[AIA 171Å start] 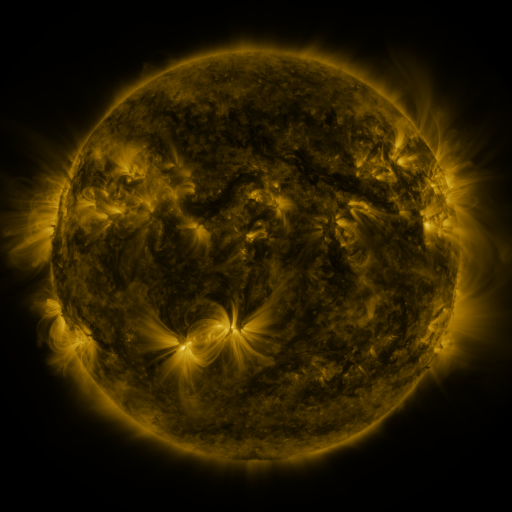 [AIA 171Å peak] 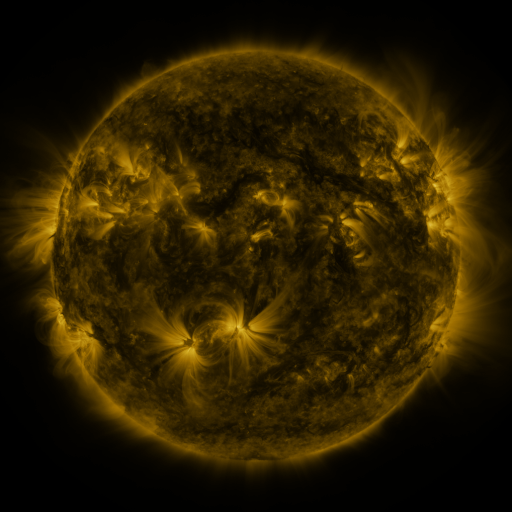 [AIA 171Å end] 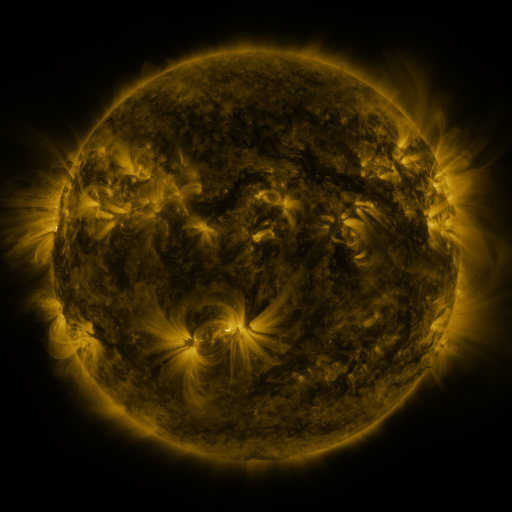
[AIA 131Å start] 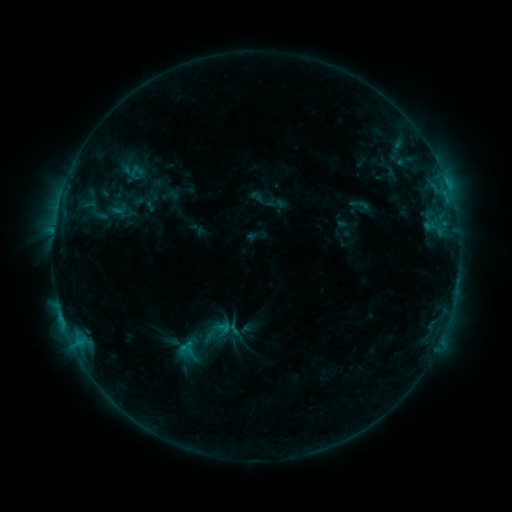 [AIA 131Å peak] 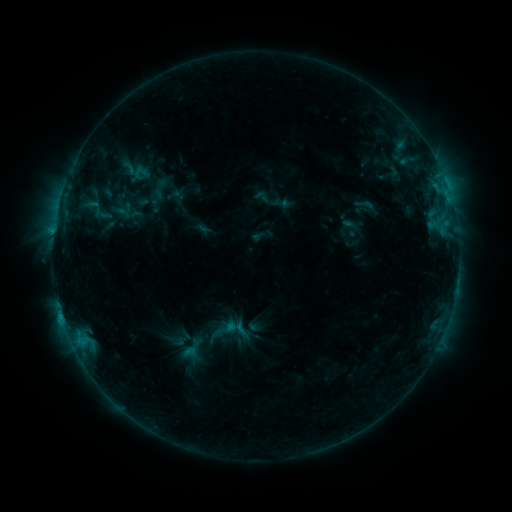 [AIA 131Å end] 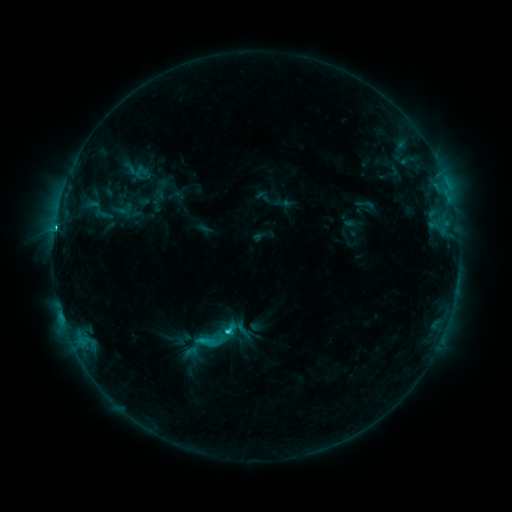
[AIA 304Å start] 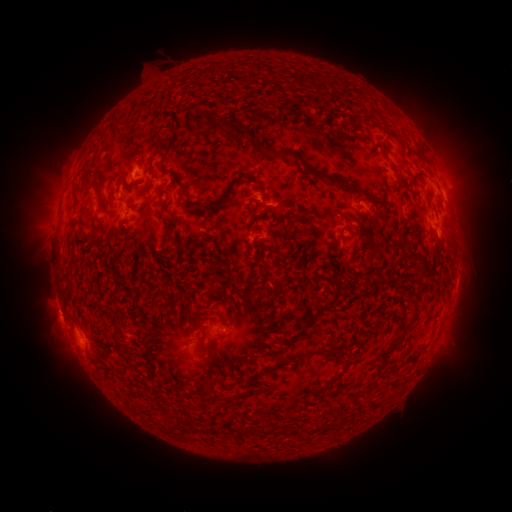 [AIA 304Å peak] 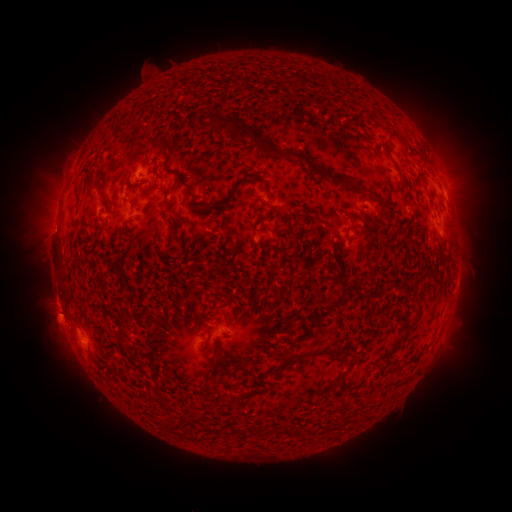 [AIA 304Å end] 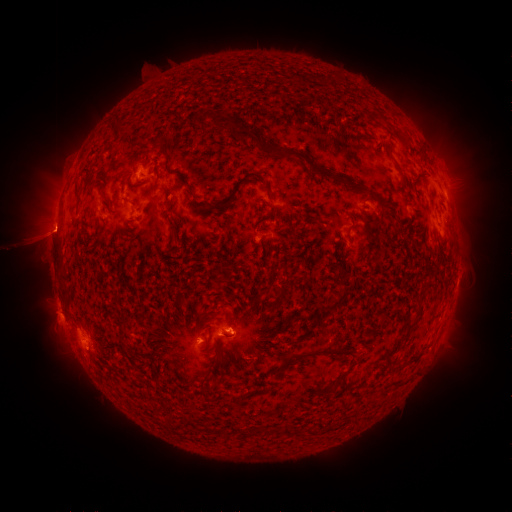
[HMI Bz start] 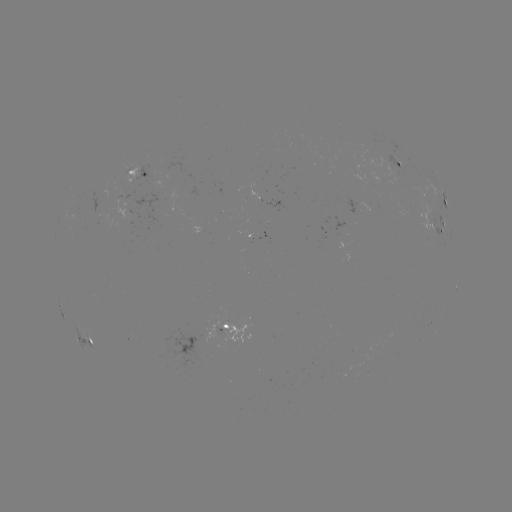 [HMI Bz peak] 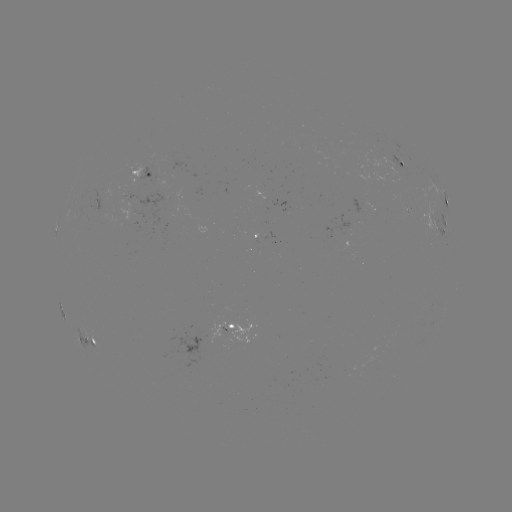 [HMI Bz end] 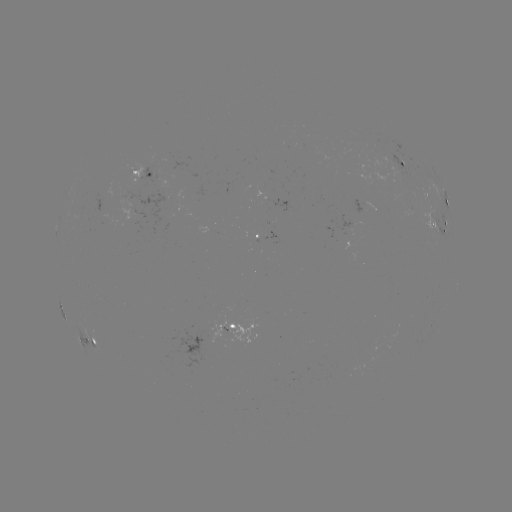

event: emerging-flux region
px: (398, 170)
